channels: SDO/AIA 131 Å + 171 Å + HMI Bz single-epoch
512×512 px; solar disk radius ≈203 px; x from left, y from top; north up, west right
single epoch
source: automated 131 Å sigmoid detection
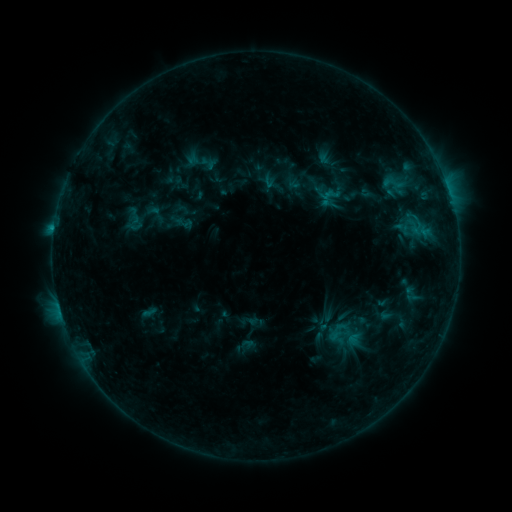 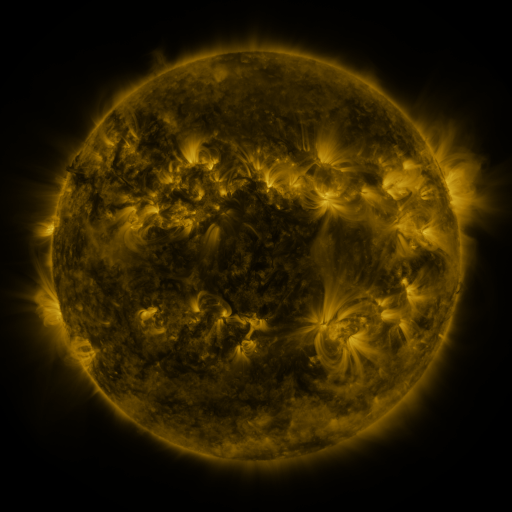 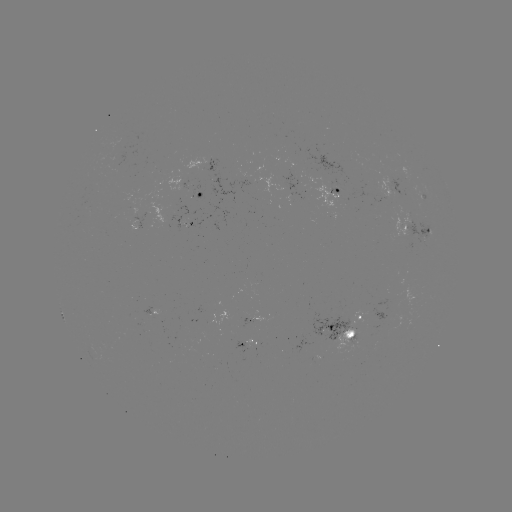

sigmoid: (328, 328, 347, 347)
